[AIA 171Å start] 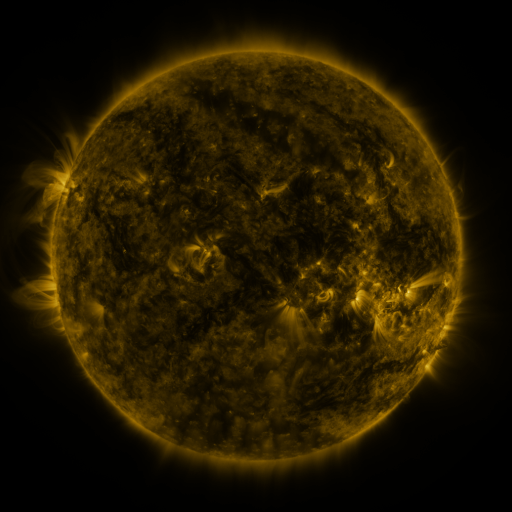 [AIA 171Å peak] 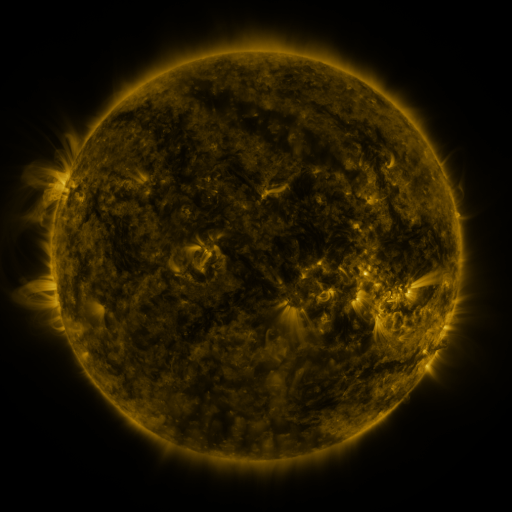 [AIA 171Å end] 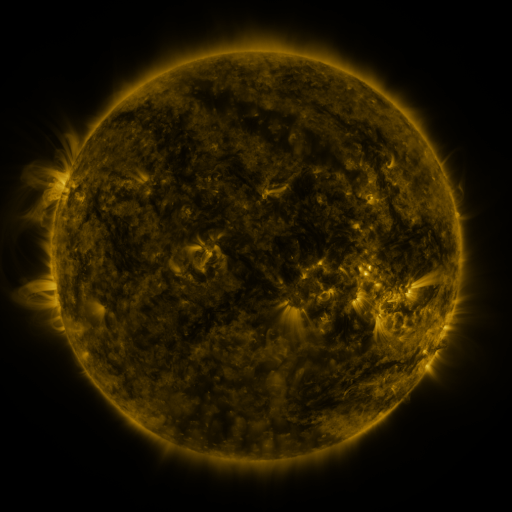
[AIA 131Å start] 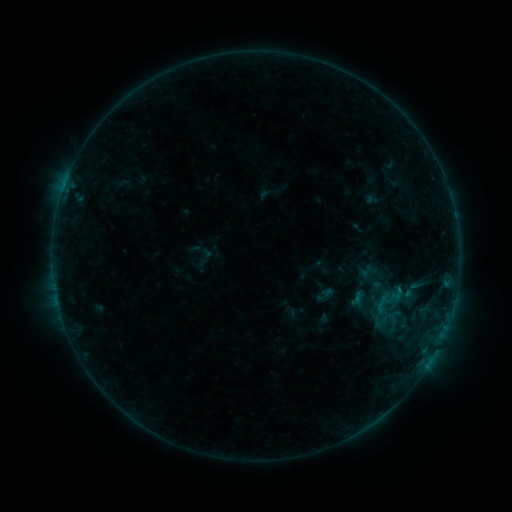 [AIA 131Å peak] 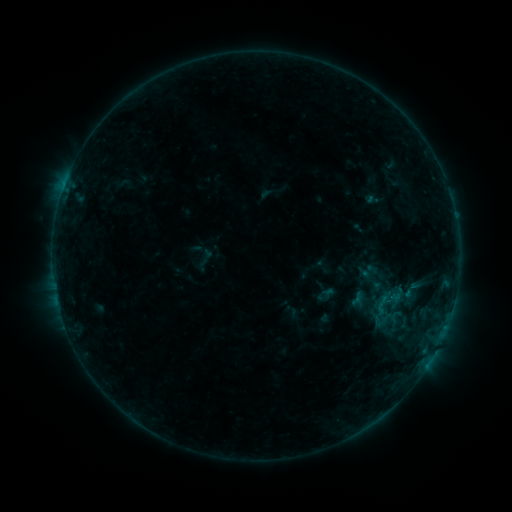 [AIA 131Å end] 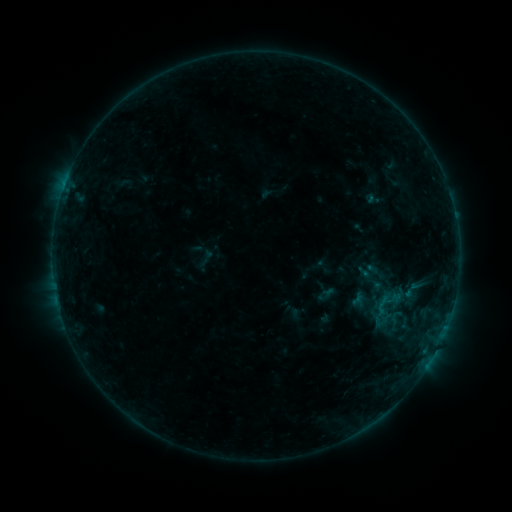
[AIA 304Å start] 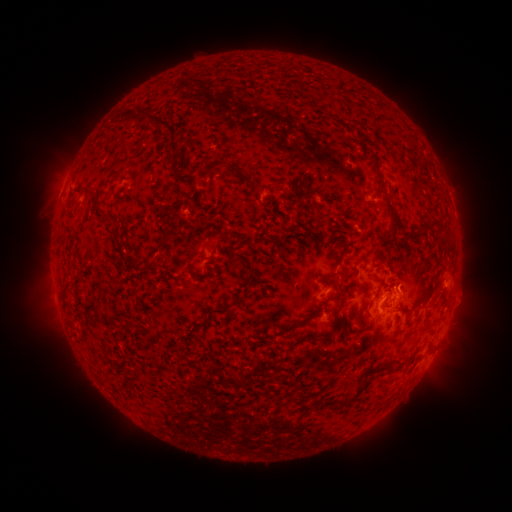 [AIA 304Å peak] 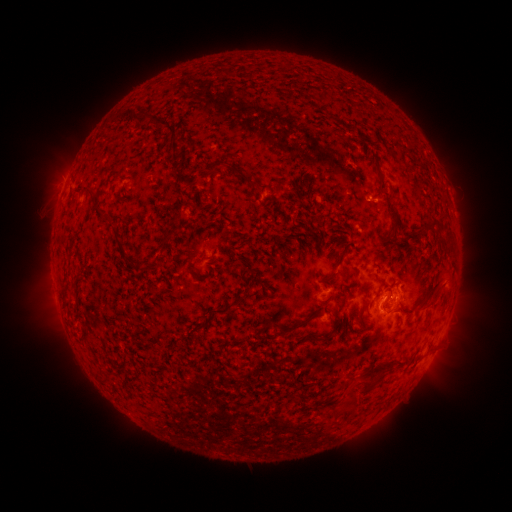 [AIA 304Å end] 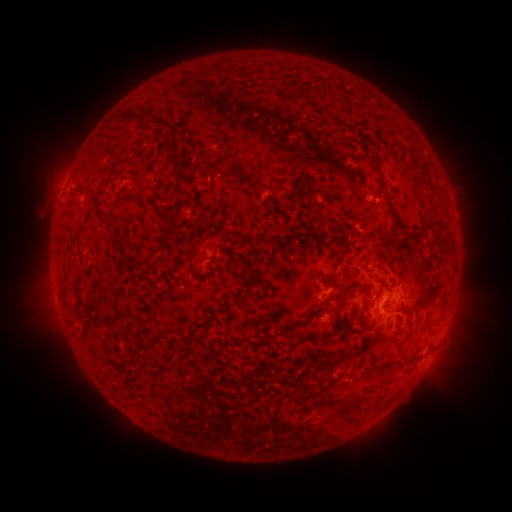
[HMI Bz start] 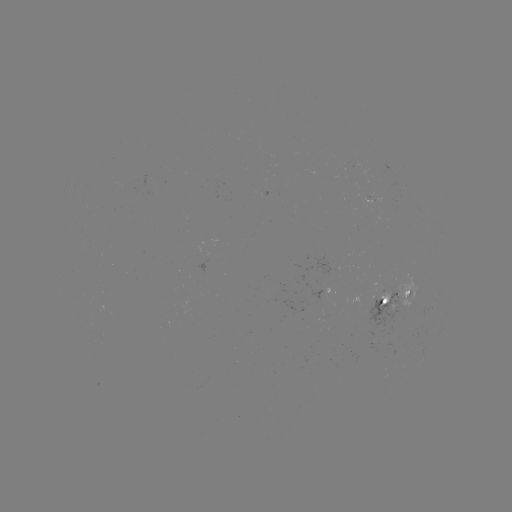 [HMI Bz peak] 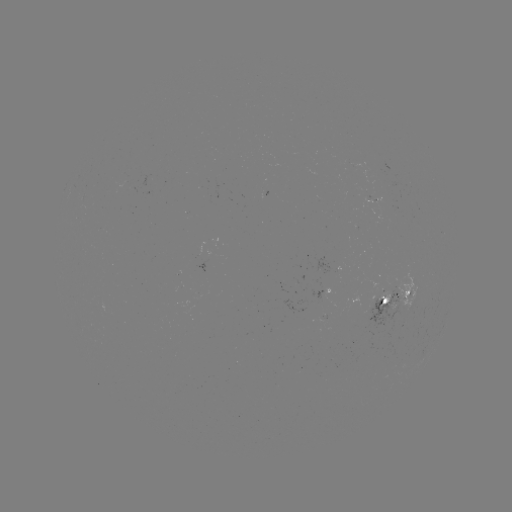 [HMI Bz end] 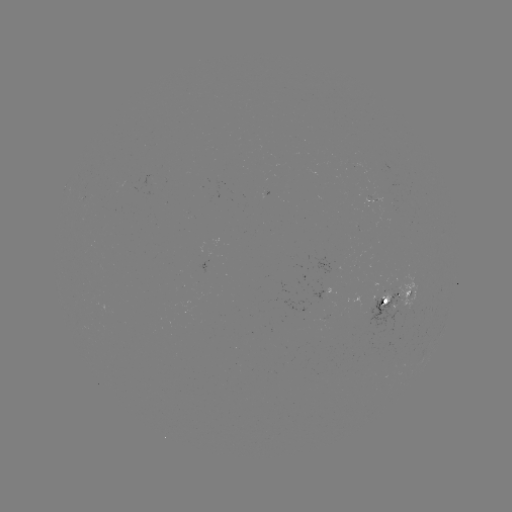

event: eruption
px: (357, 400)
